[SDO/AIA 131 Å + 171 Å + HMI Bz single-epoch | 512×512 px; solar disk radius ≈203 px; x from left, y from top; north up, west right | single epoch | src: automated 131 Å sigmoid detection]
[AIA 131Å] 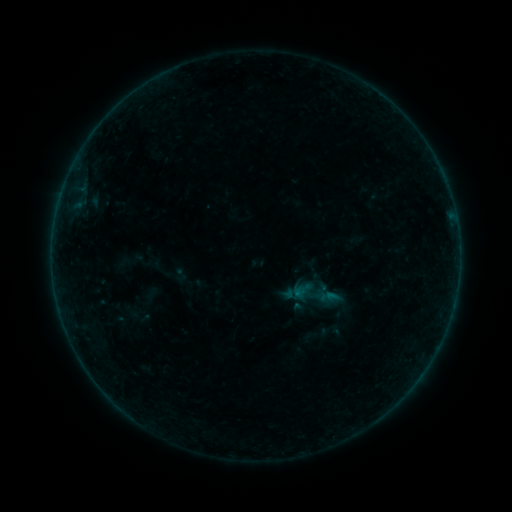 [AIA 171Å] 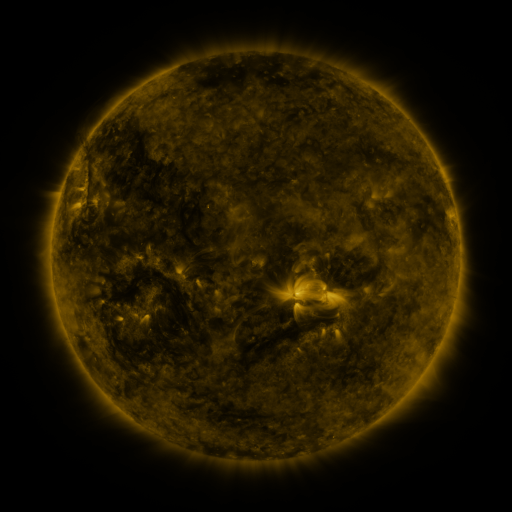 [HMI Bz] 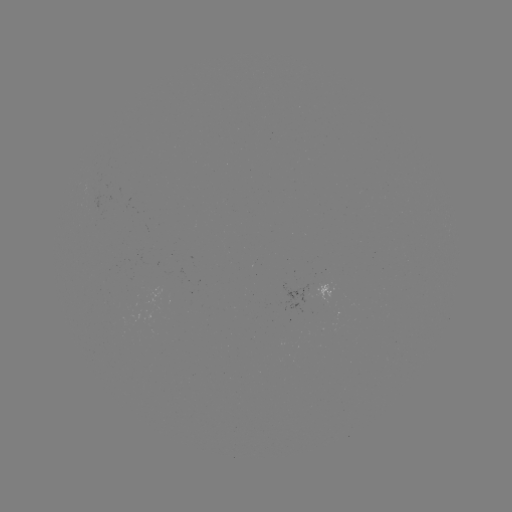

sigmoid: (290, 268, 342, 321)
